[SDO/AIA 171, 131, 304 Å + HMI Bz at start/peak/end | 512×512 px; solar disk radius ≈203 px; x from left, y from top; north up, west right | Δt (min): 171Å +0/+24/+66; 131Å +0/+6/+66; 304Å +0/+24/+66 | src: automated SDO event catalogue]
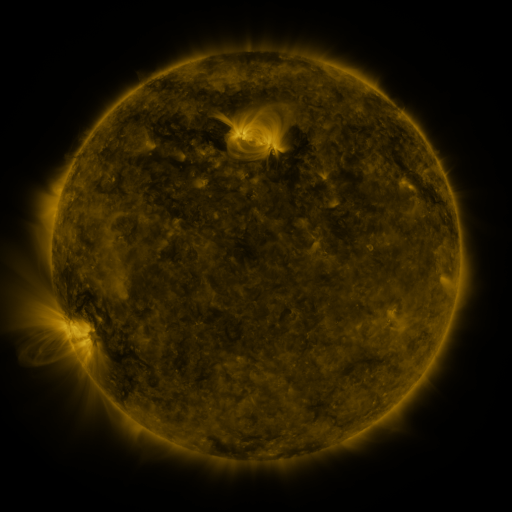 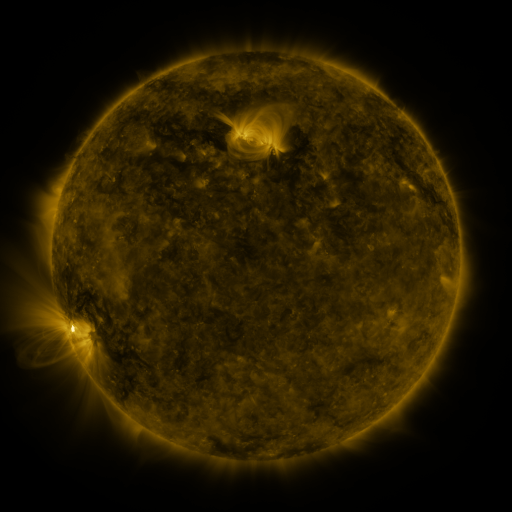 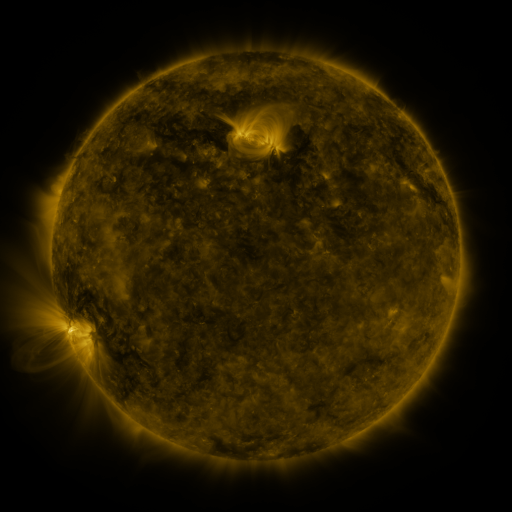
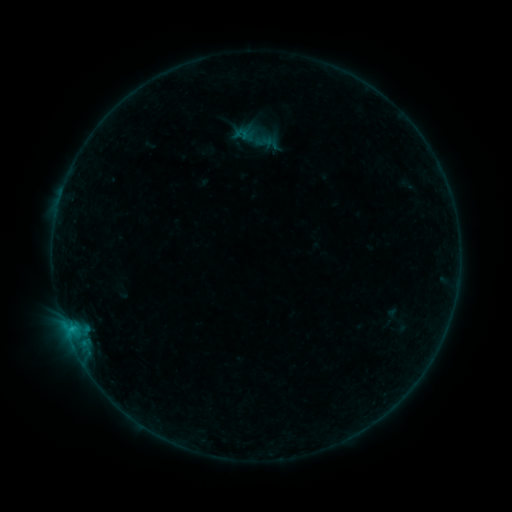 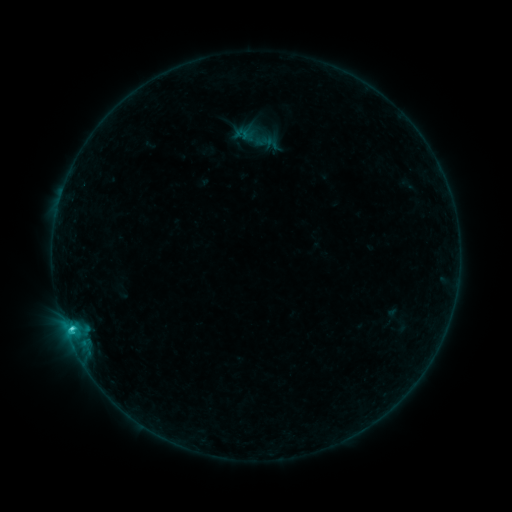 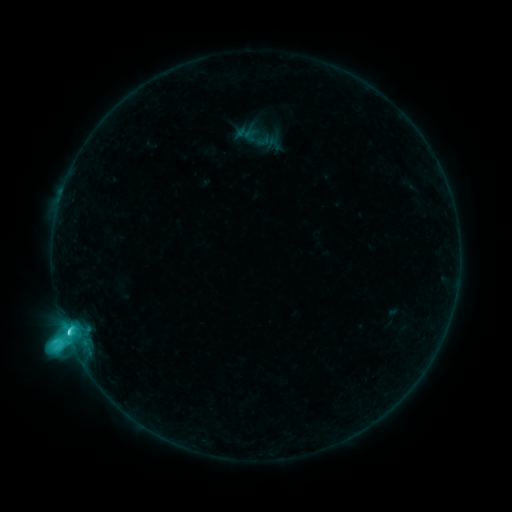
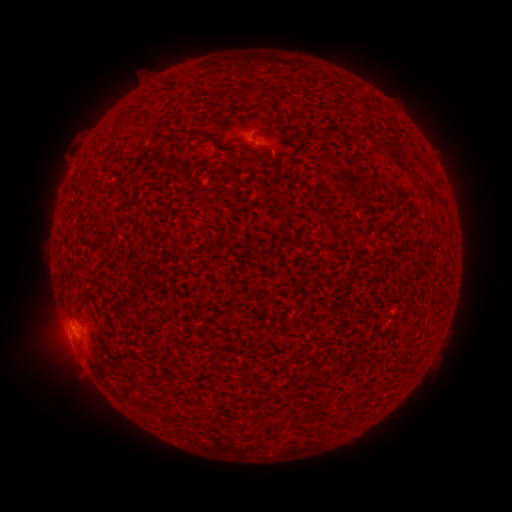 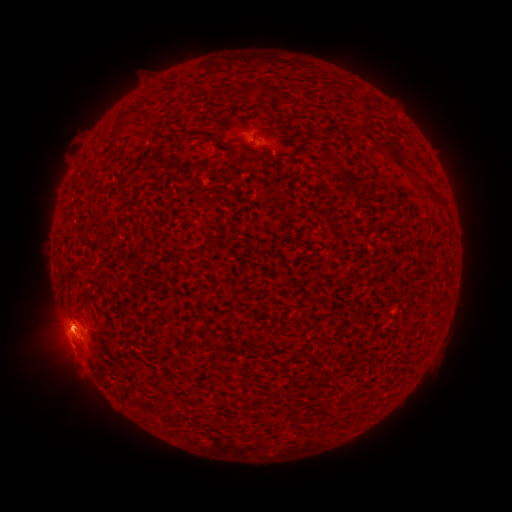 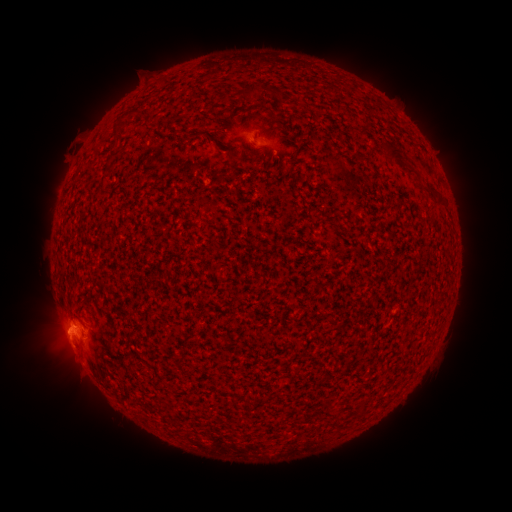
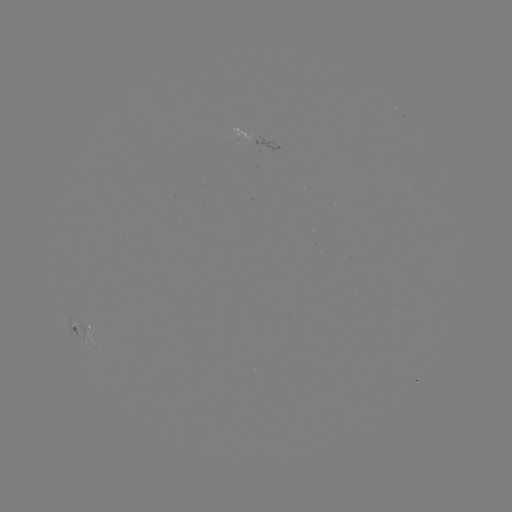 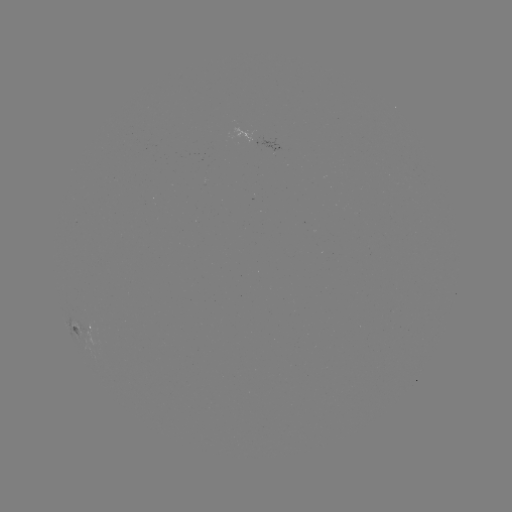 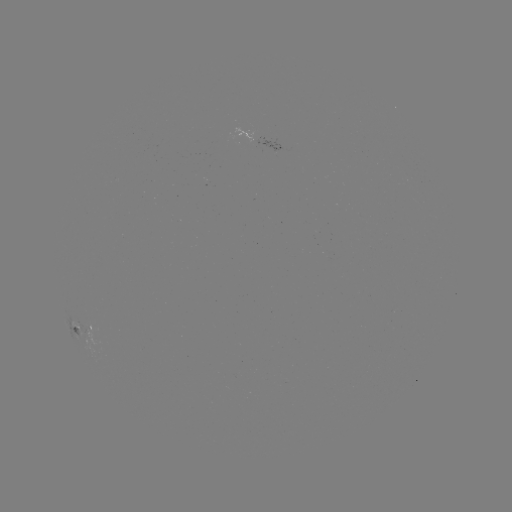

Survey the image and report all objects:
M1.0 flare: (74, 326)
